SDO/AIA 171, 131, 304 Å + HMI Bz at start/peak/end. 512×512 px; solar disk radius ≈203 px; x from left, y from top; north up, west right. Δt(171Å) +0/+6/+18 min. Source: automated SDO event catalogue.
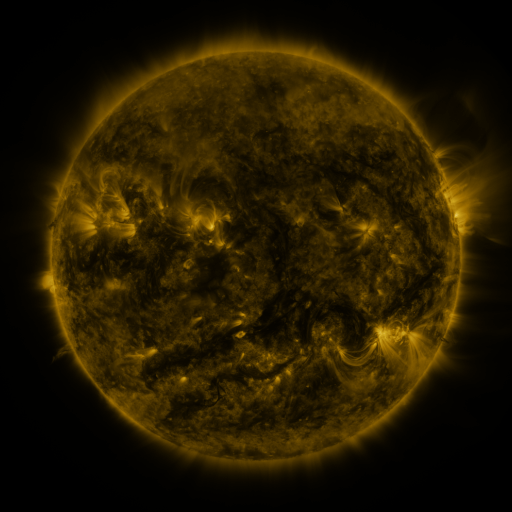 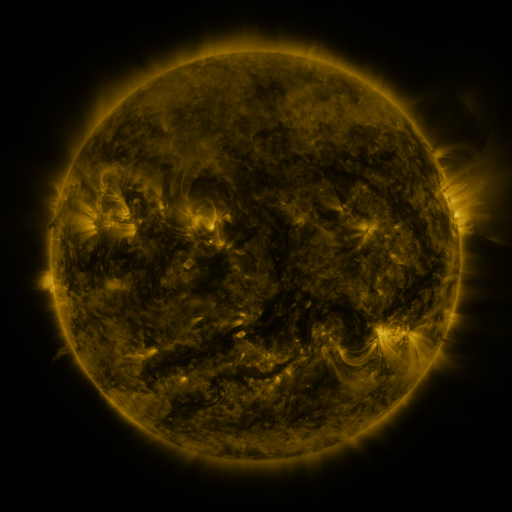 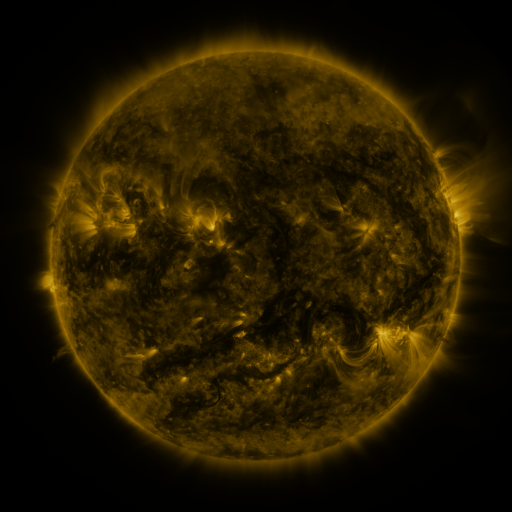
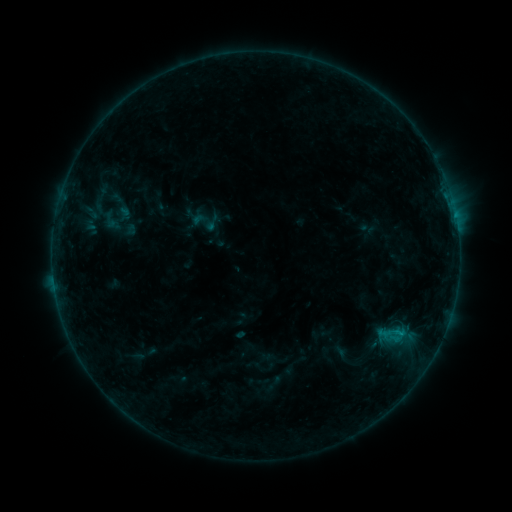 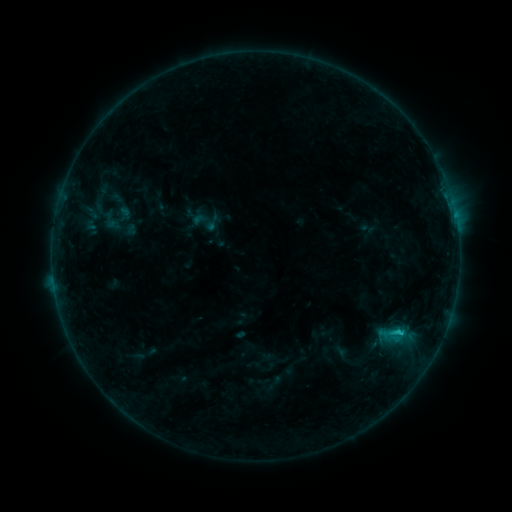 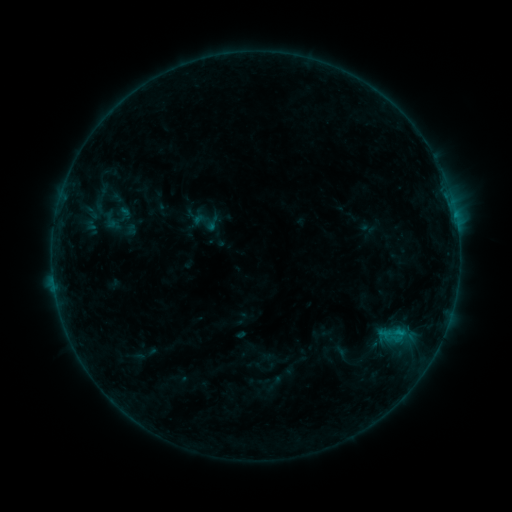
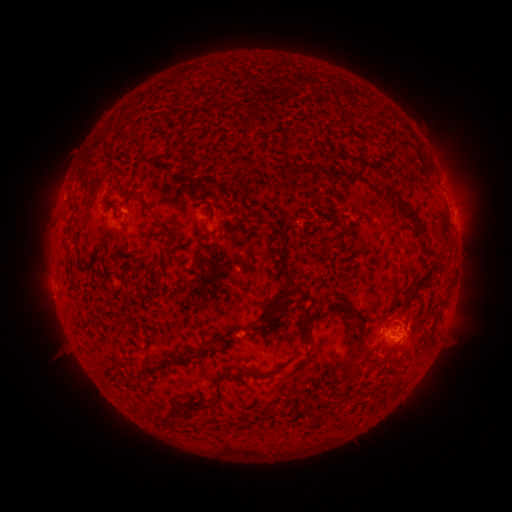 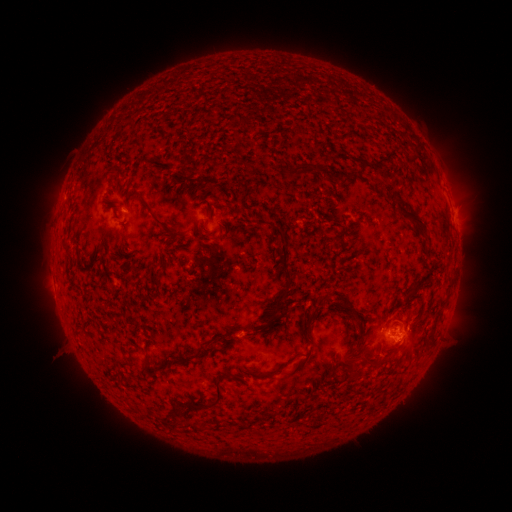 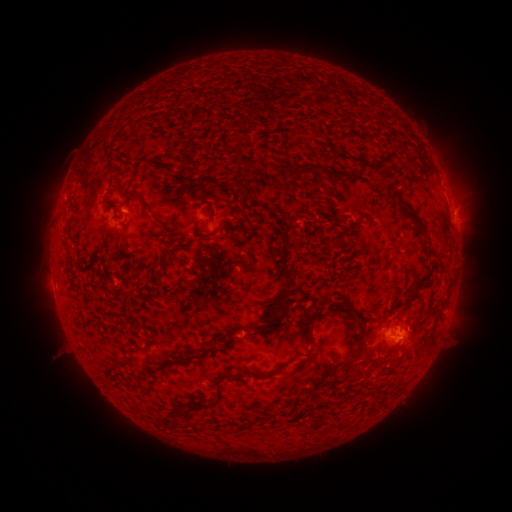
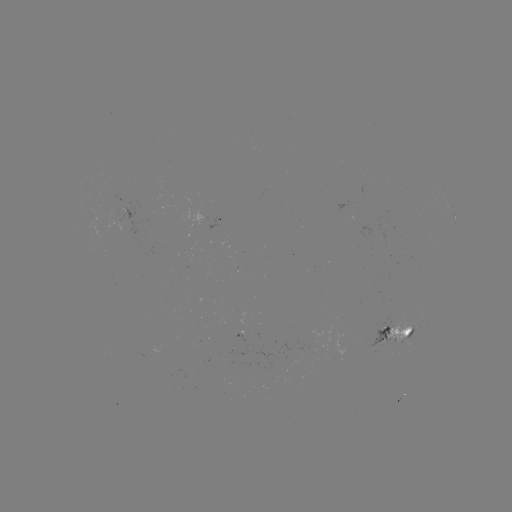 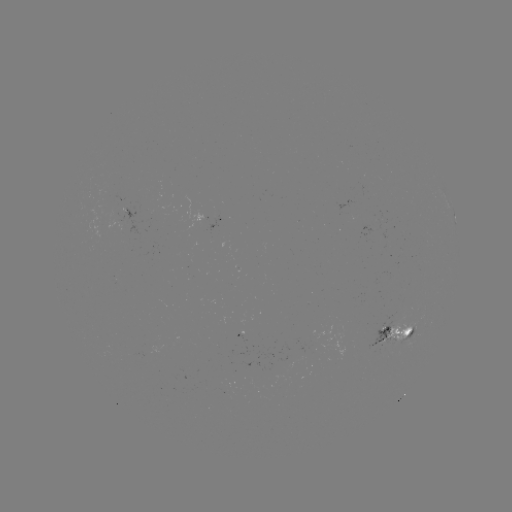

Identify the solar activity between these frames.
B6.6 flare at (400, 329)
